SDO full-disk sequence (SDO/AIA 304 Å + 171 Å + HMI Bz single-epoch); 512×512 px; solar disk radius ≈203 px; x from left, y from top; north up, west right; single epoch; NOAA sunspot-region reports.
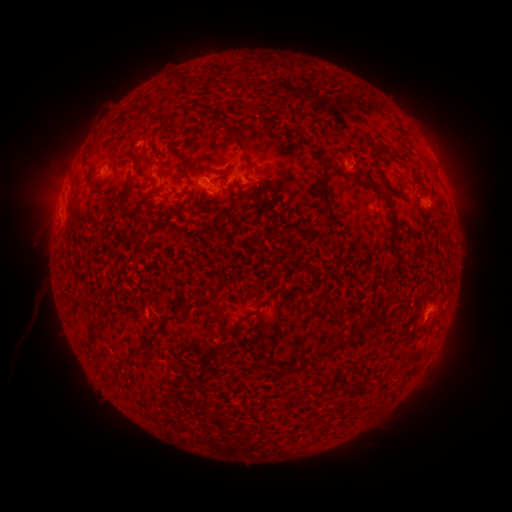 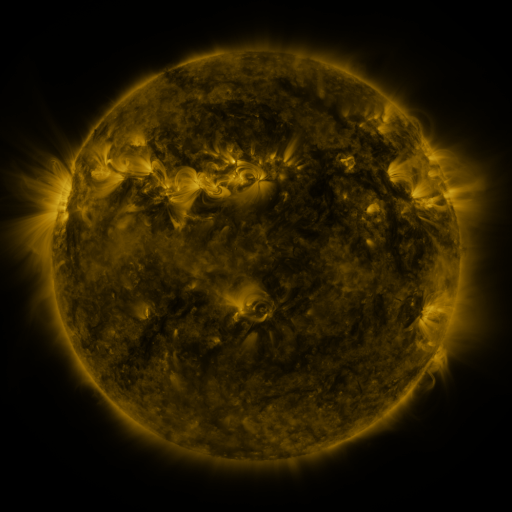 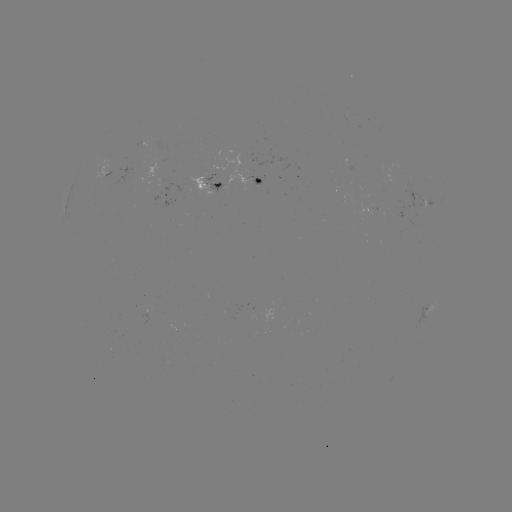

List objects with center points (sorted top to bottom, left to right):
spotted active region: (356, 169)
spotted active region: (212, 183)
spotted active region: (262, 183)
spotted active region: (178, 194)
spotted active region: (425, 312)
